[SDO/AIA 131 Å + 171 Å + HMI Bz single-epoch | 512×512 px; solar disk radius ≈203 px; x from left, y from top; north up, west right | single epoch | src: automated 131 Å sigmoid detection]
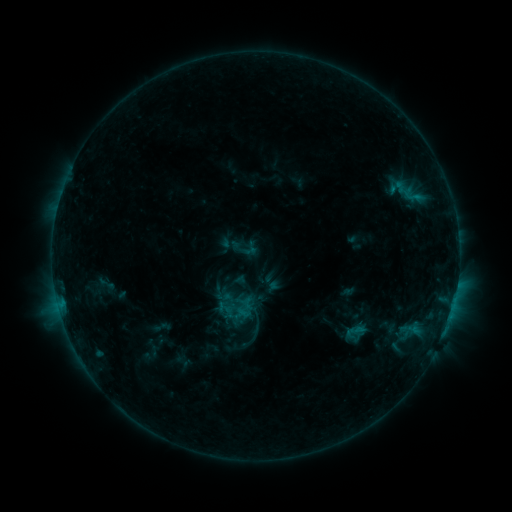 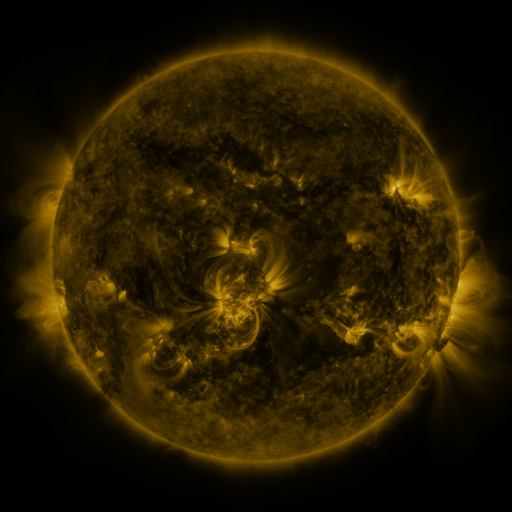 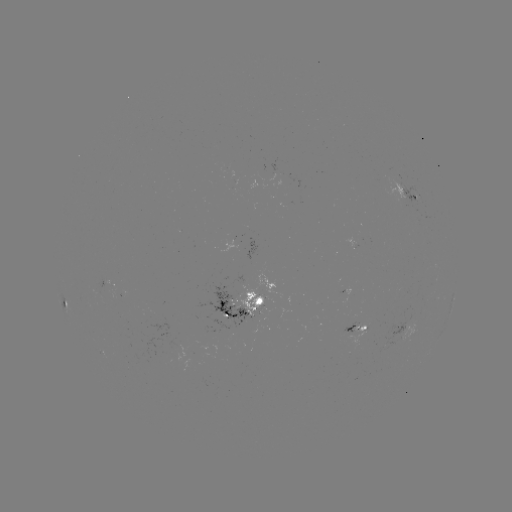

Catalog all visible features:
sigmoid: <bbox>379, 173, 433, 209</bbox>
